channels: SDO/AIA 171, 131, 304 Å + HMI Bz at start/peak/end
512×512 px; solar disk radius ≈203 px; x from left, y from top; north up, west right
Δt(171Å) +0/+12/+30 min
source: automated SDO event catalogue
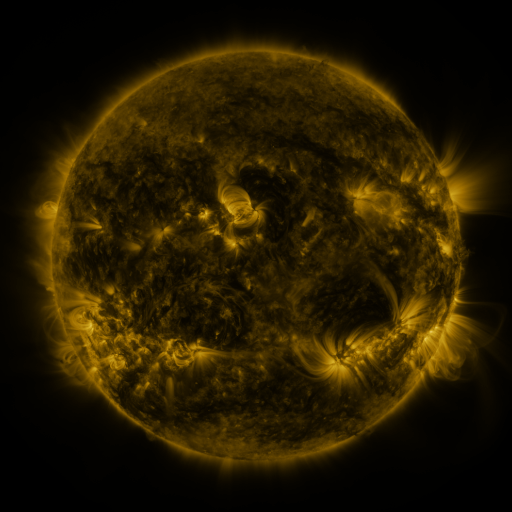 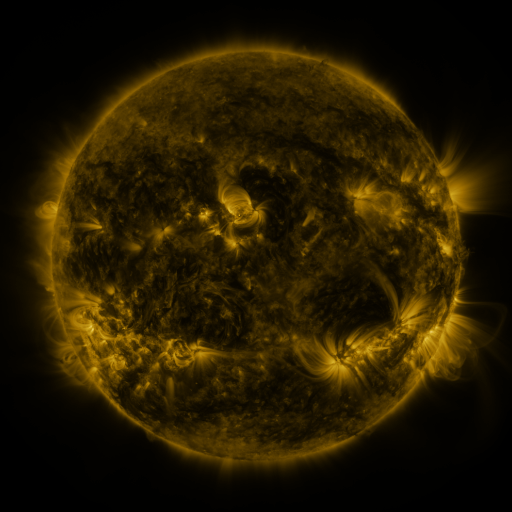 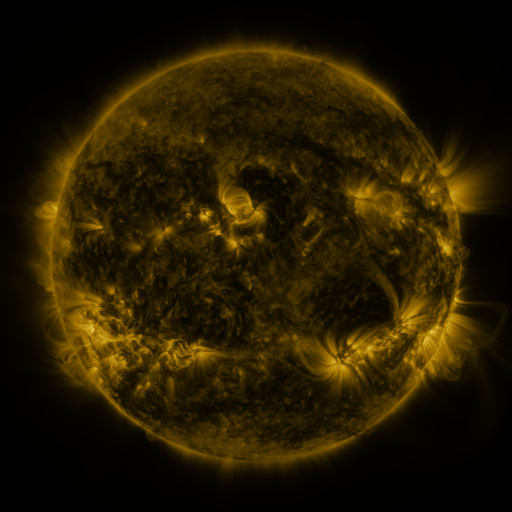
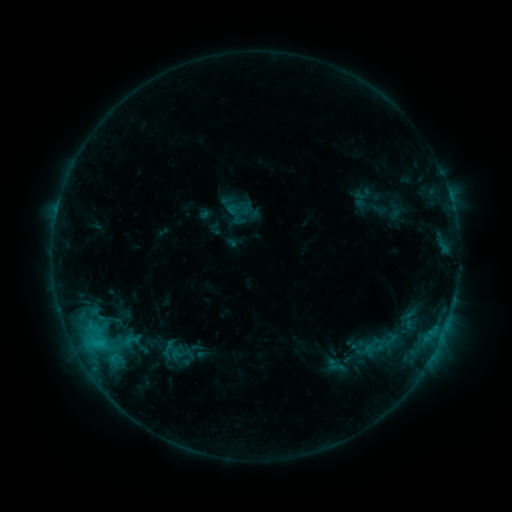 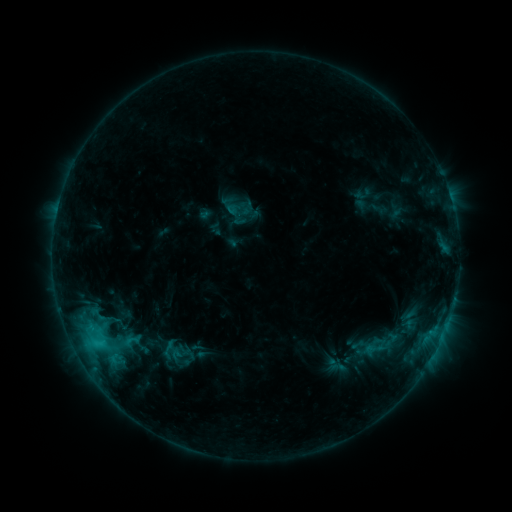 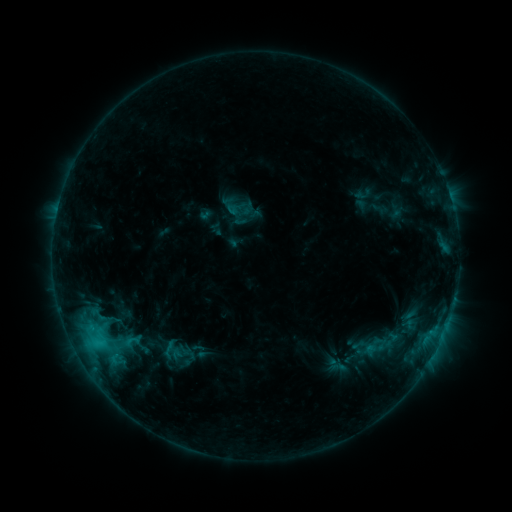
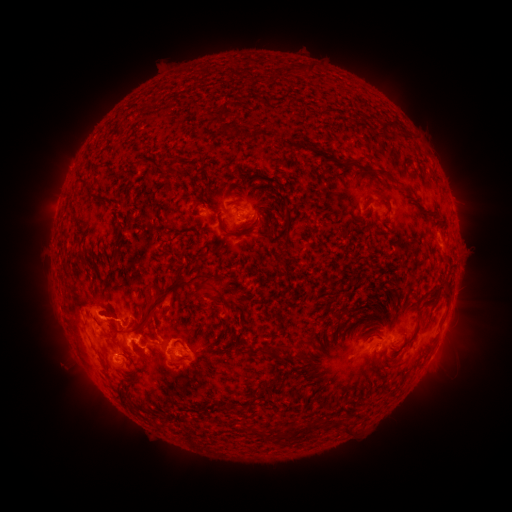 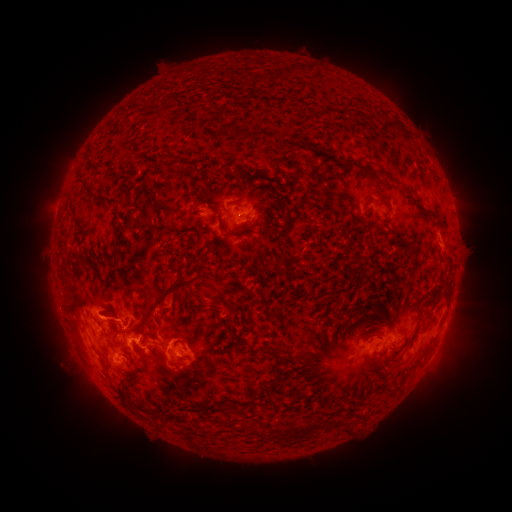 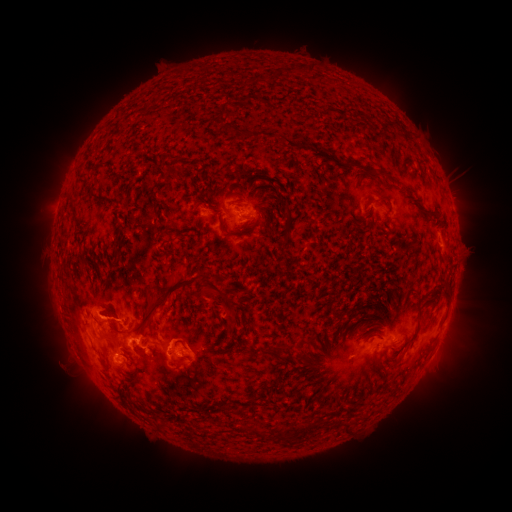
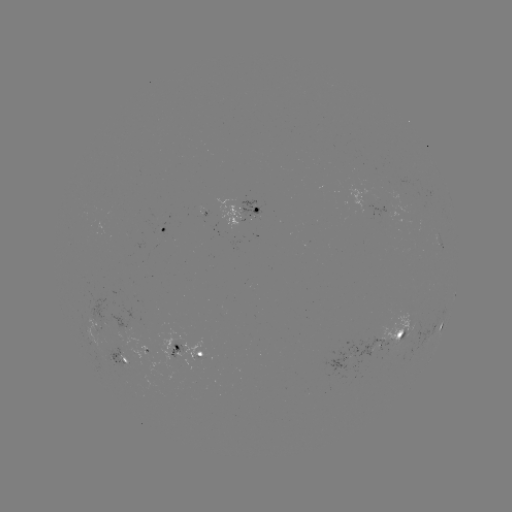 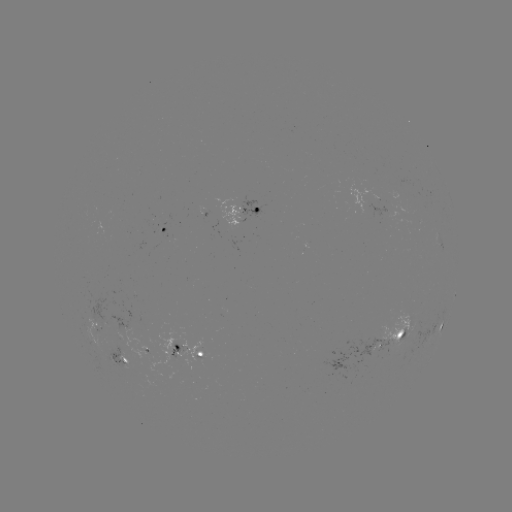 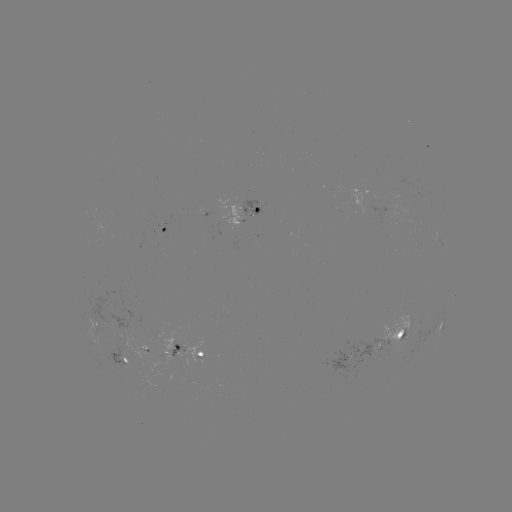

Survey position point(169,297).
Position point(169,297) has eruption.